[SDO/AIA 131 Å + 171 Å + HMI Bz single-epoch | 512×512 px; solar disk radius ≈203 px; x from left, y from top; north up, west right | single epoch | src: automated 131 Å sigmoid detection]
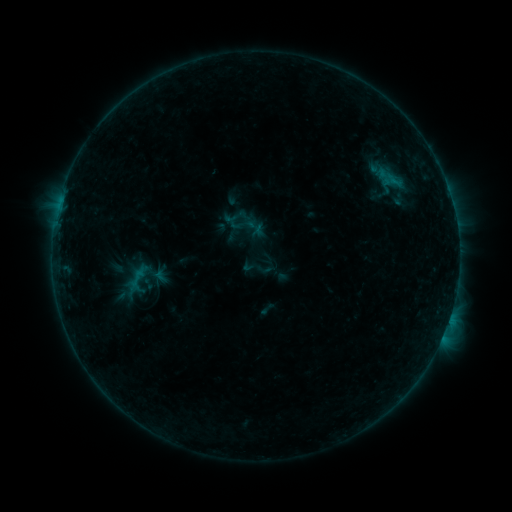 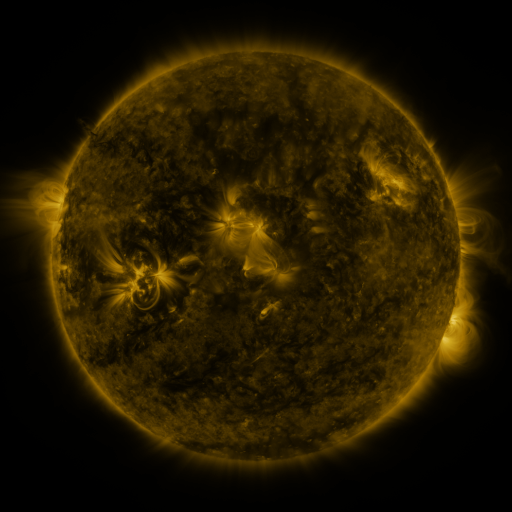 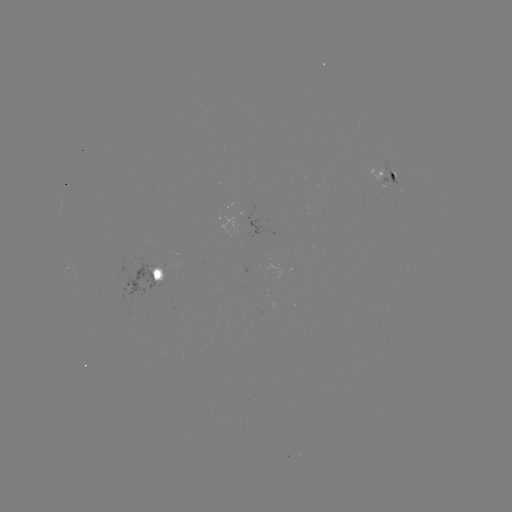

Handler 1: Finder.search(sigmoid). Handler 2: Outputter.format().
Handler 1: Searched sigmoid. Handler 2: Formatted (138, 278).